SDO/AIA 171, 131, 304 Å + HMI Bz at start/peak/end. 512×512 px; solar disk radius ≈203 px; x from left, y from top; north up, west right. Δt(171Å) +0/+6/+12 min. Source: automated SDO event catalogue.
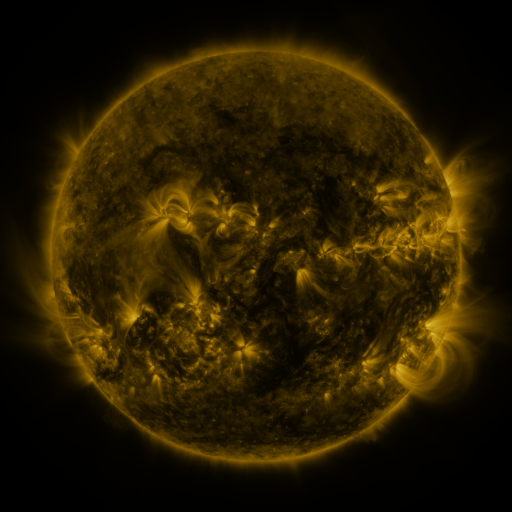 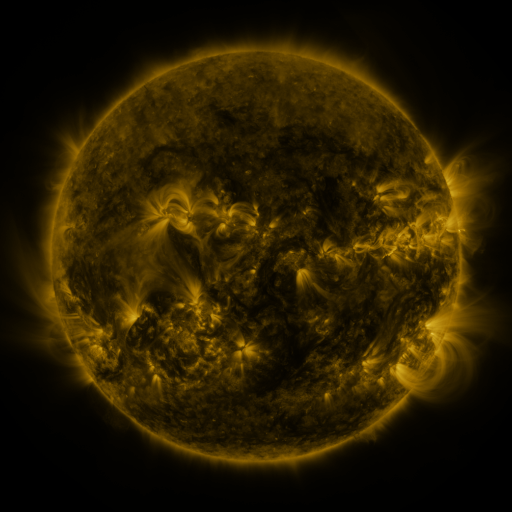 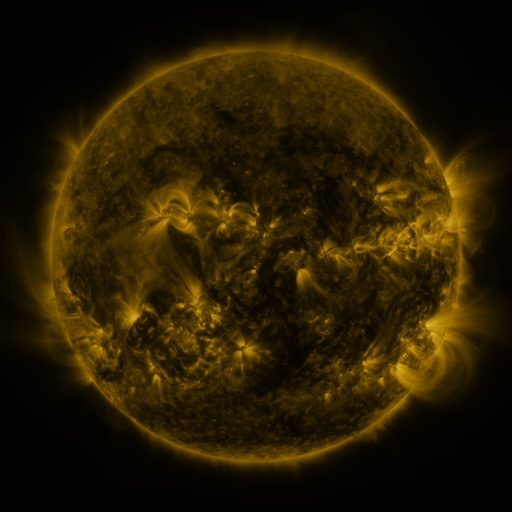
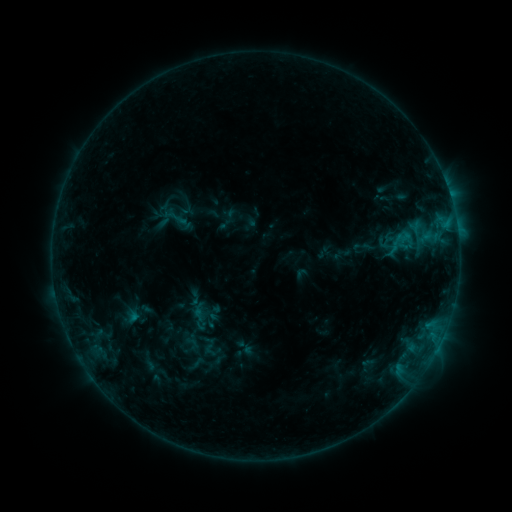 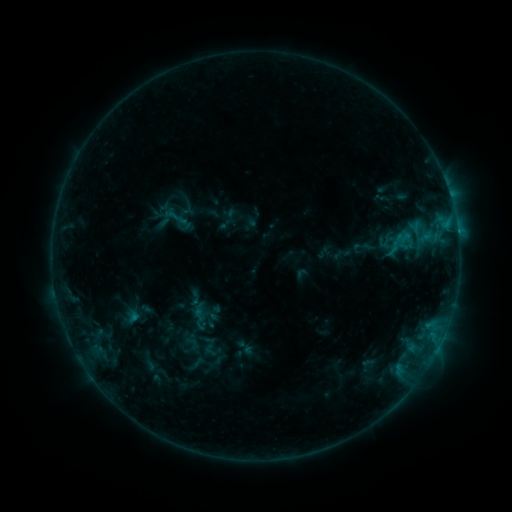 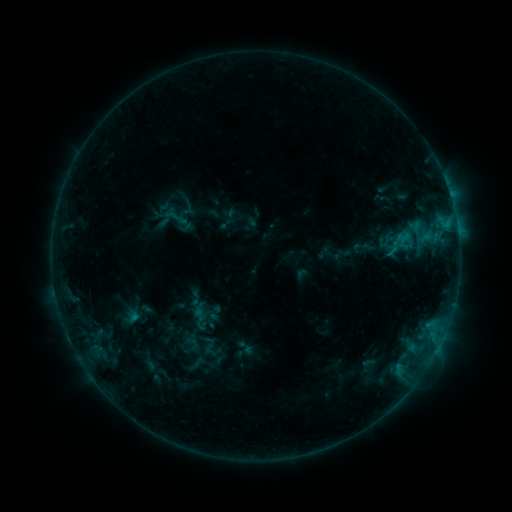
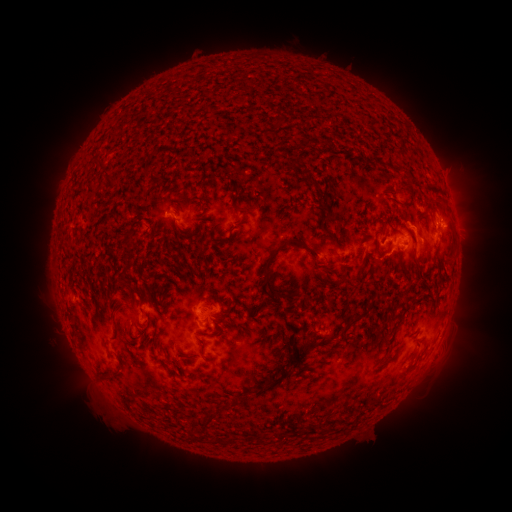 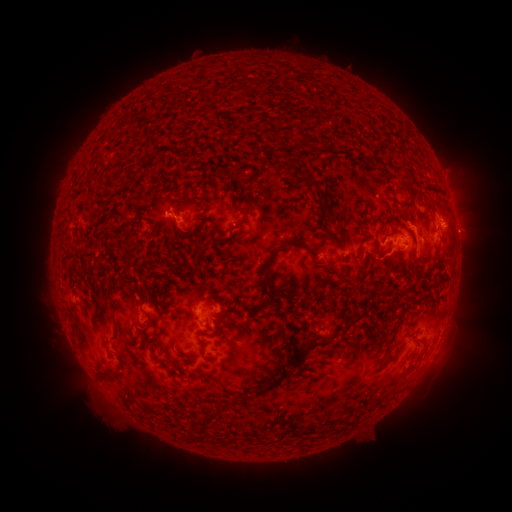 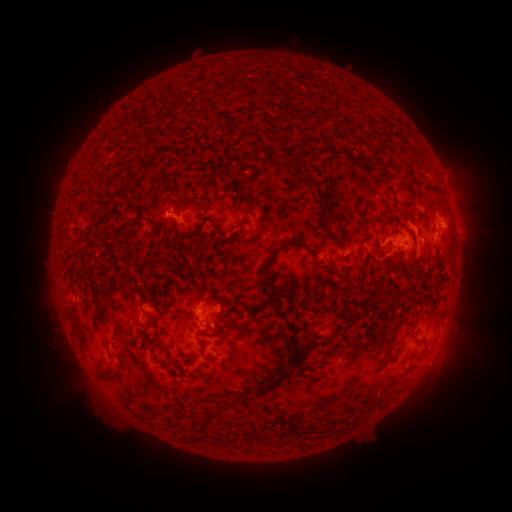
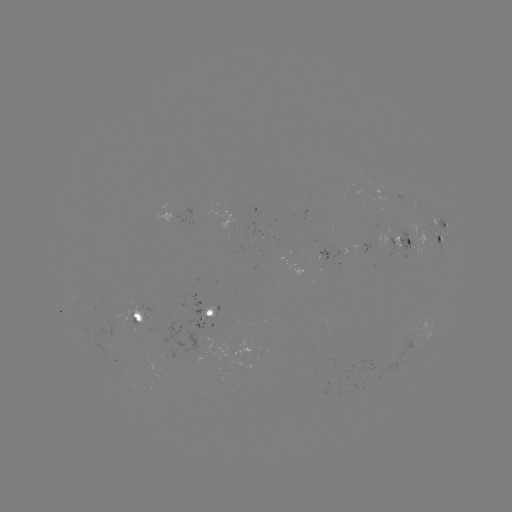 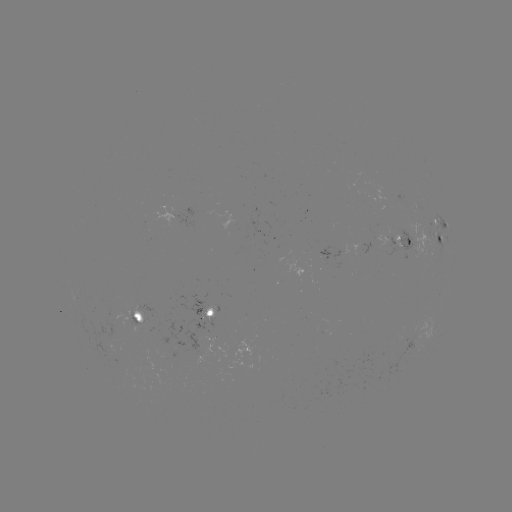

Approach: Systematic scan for C1.2 flare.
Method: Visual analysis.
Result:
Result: C1.2 flare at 458,235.